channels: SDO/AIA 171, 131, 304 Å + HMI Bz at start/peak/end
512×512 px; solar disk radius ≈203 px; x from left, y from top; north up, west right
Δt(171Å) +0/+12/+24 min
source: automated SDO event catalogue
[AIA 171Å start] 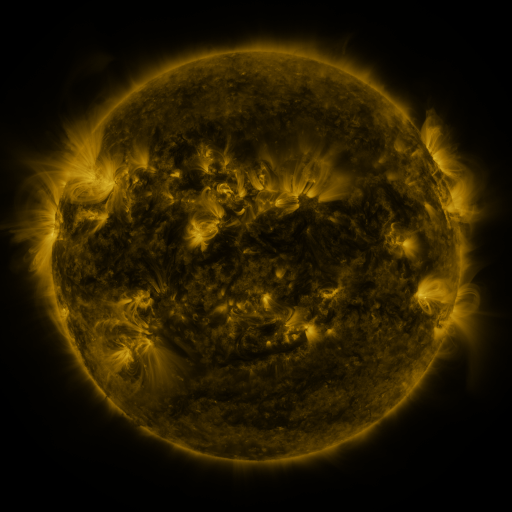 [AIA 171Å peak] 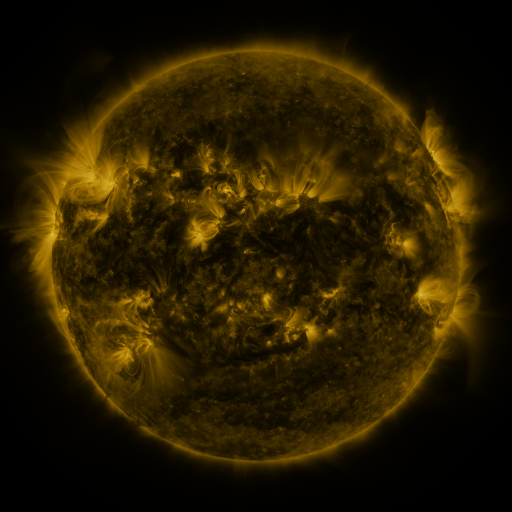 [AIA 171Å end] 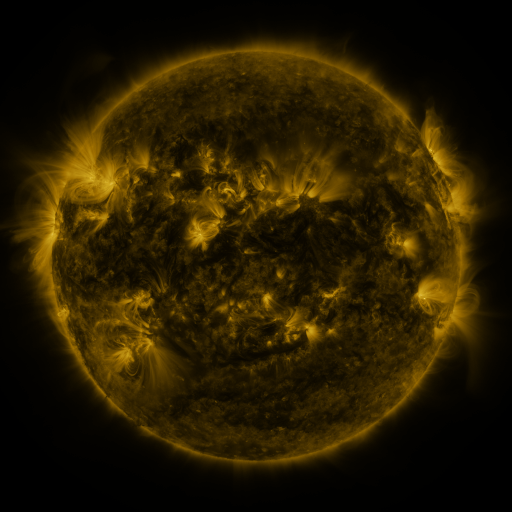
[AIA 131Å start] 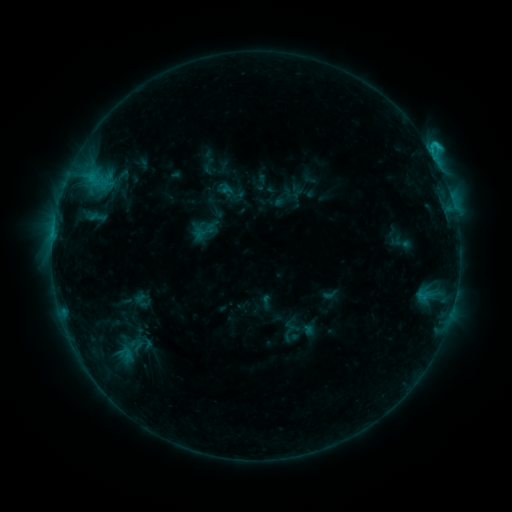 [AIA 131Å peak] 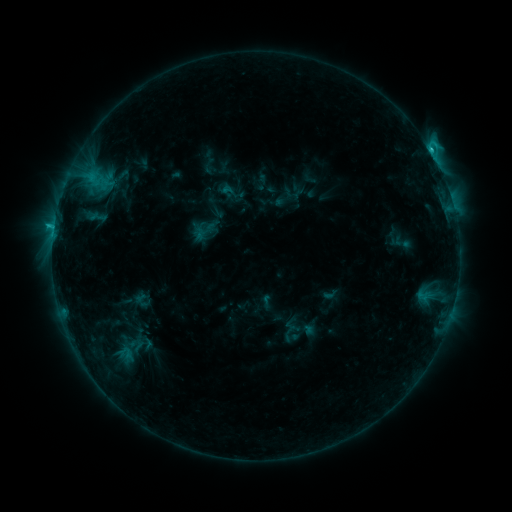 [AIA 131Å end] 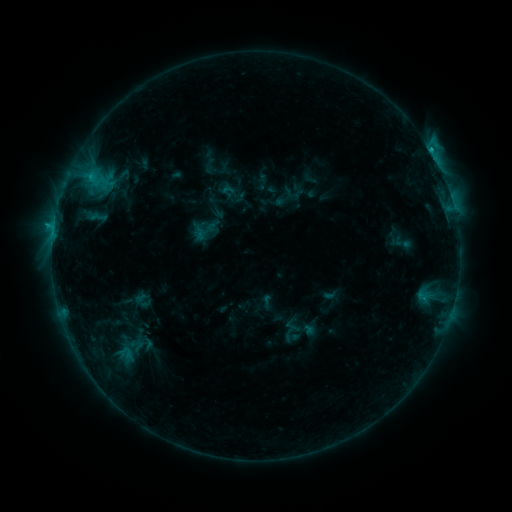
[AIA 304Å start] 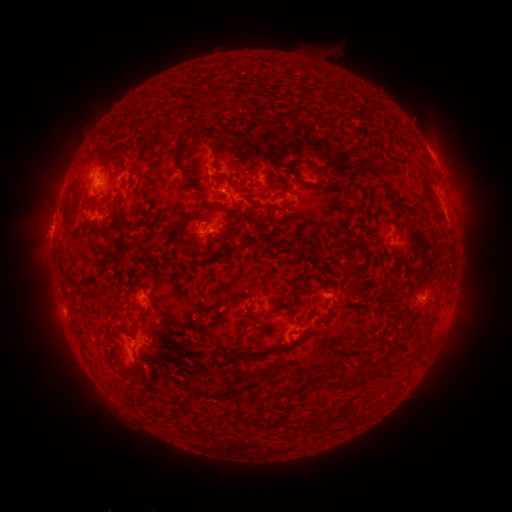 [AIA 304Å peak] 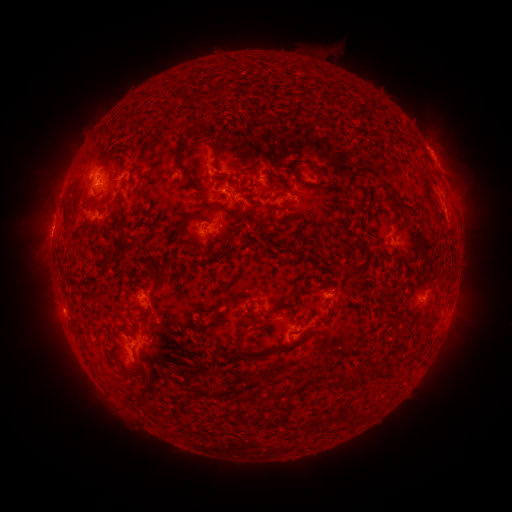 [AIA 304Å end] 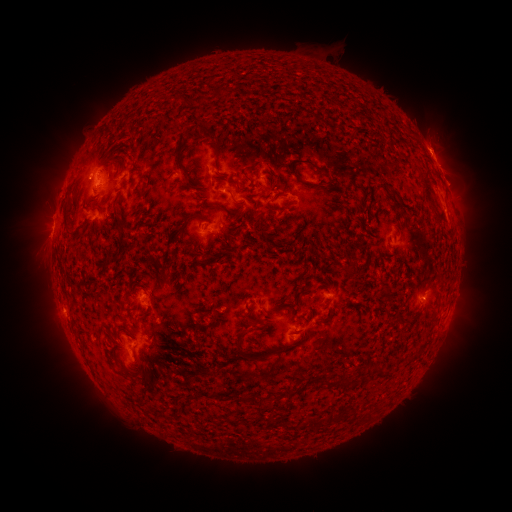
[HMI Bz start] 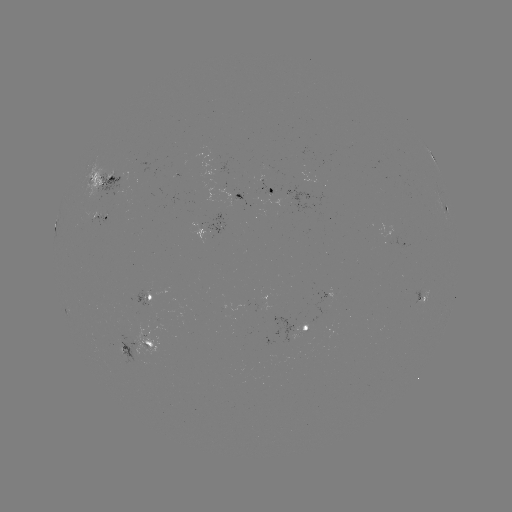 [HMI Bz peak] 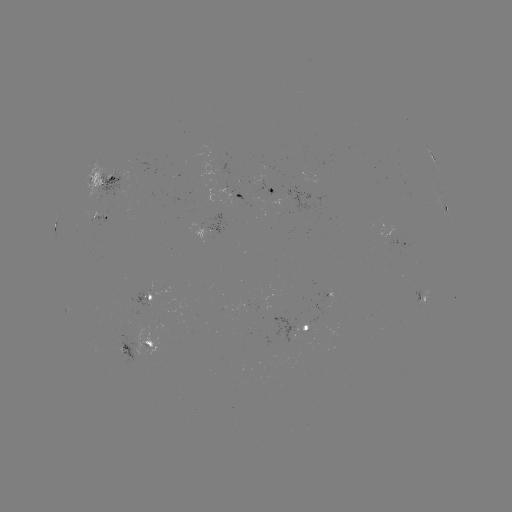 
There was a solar flare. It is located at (429, 150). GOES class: C2.2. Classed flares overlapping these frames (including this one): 1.